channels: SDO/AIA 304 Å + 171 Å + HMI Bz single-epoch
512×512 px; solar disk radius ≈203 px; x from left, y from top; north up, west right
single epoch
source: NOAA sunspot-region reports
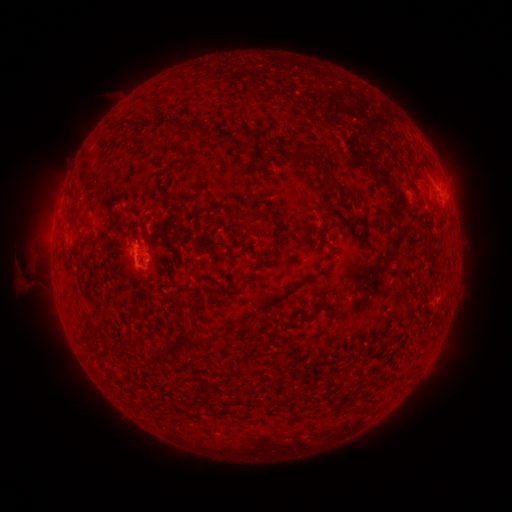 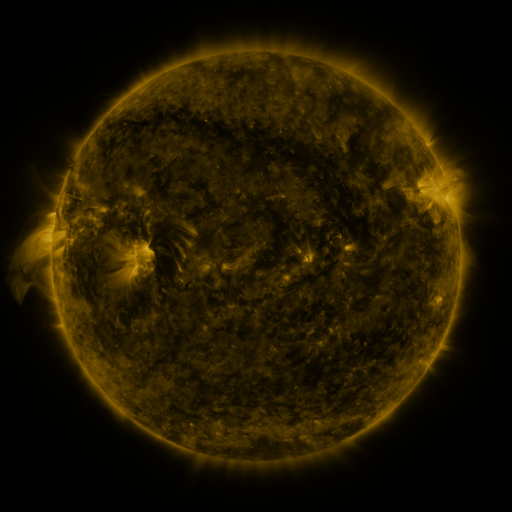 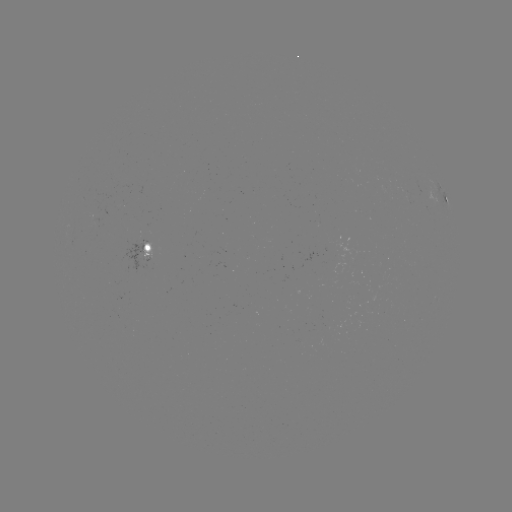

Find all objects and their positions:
spotted active region: (446, 201)
spotted active region: (154, 249)
